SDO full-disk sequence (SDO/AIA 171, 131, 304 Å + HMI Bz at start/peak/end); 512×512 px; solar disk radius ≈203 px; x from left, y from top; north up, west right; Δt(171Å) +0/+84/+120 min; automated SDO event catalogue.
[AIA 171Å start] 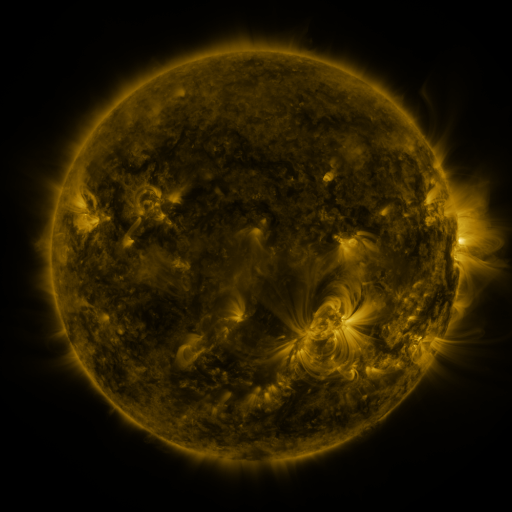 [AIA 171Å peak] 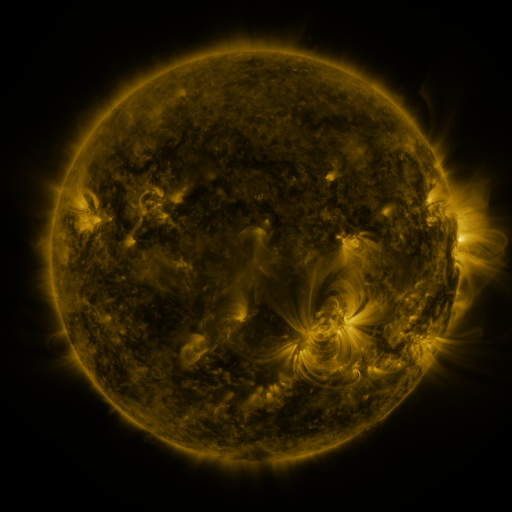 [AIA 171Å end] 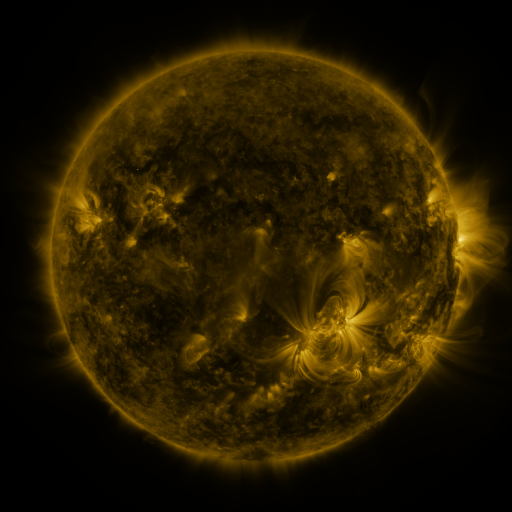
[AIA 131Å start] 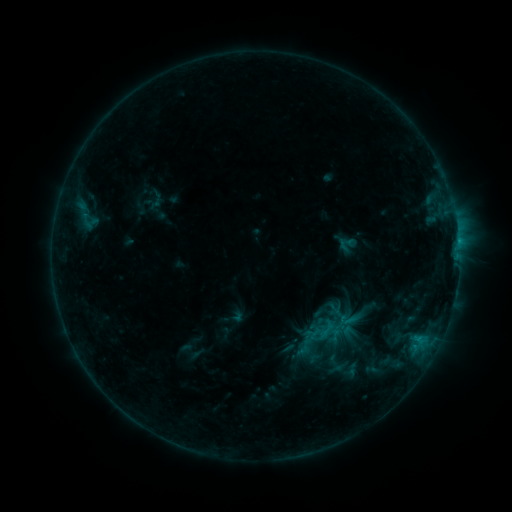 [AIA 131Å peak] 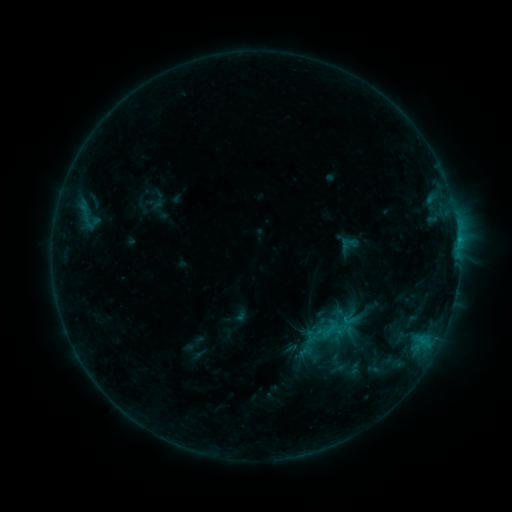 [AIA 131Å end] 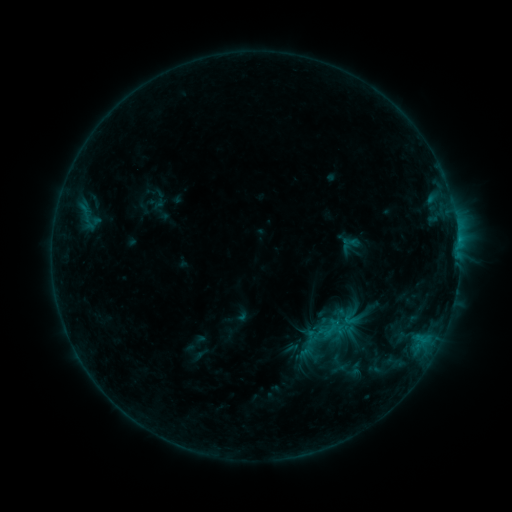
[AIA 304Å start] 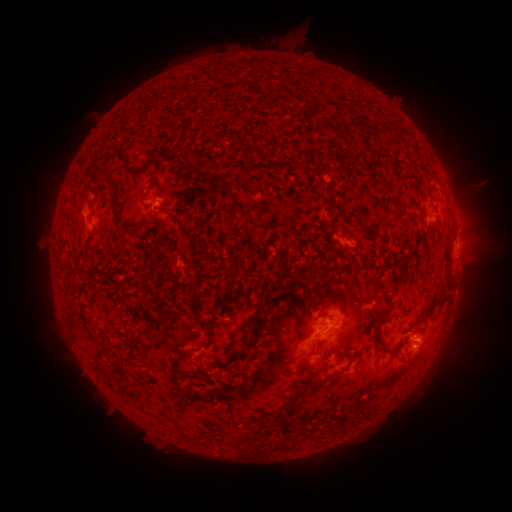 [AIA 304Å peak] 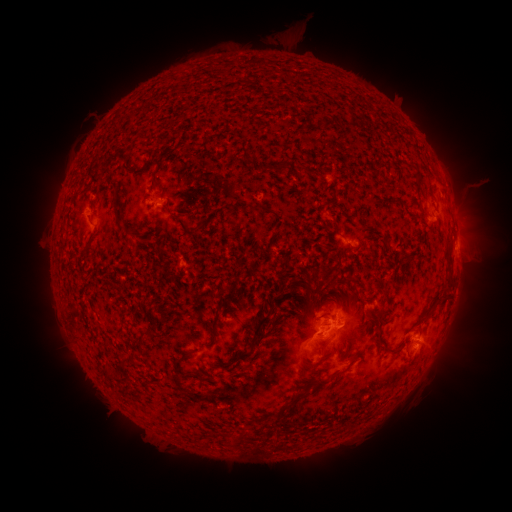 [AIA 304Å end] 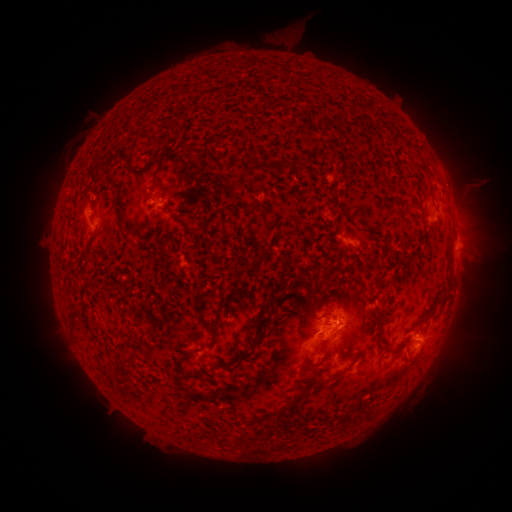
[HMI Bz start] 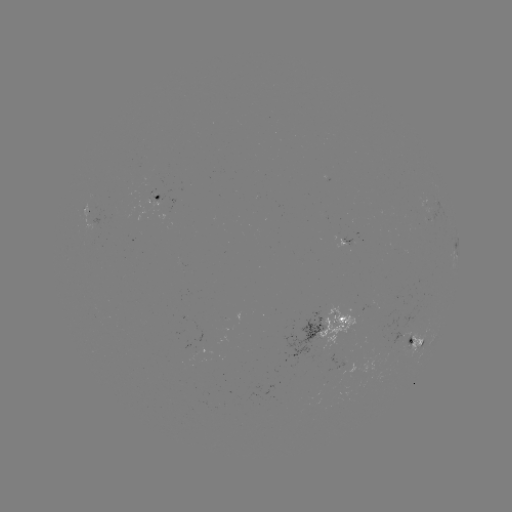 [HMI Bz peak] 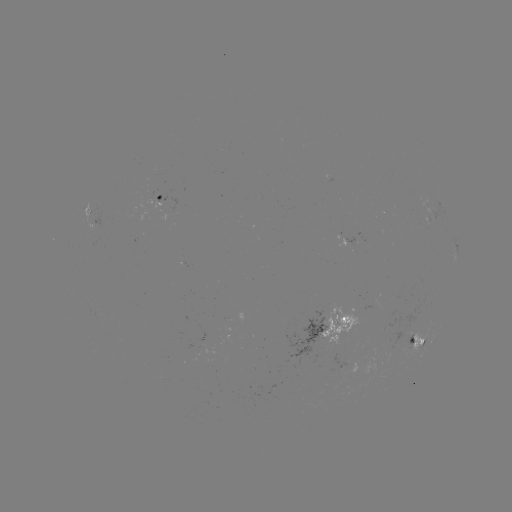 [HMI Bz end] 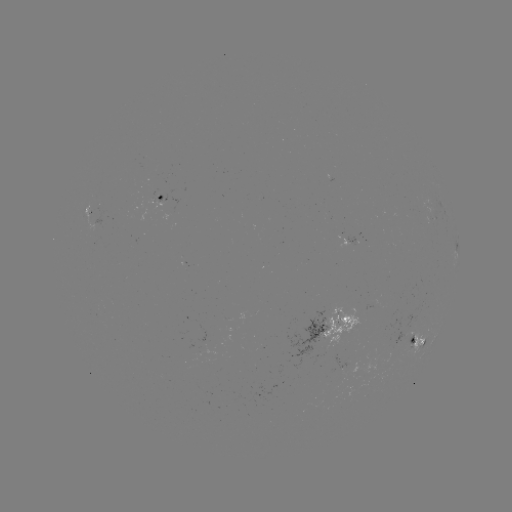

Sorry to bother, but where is emerging-flux region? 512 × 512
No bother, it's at (89, 214).